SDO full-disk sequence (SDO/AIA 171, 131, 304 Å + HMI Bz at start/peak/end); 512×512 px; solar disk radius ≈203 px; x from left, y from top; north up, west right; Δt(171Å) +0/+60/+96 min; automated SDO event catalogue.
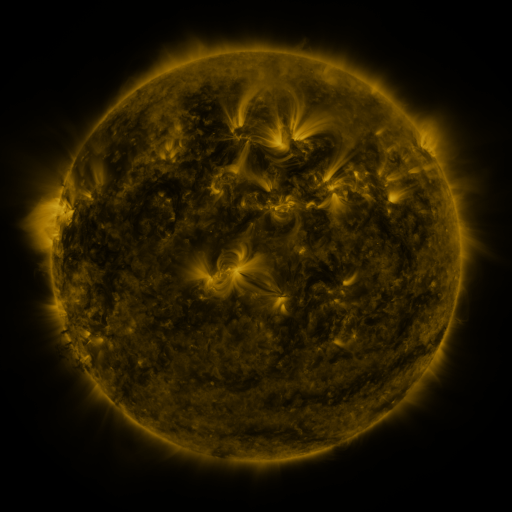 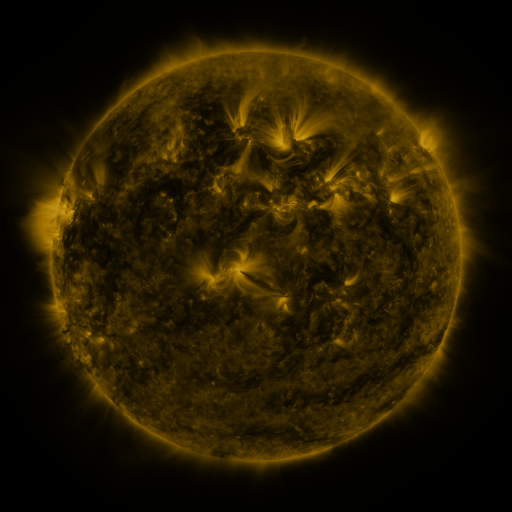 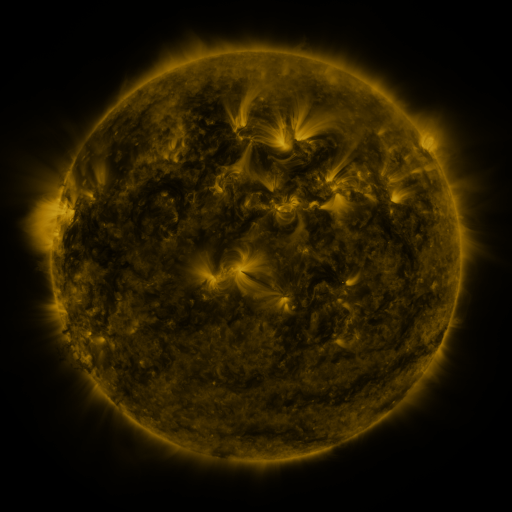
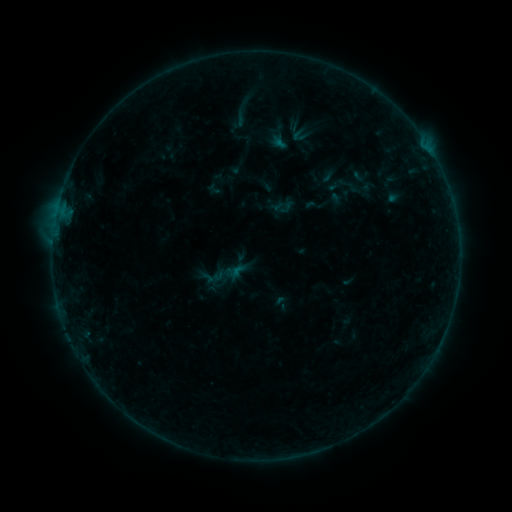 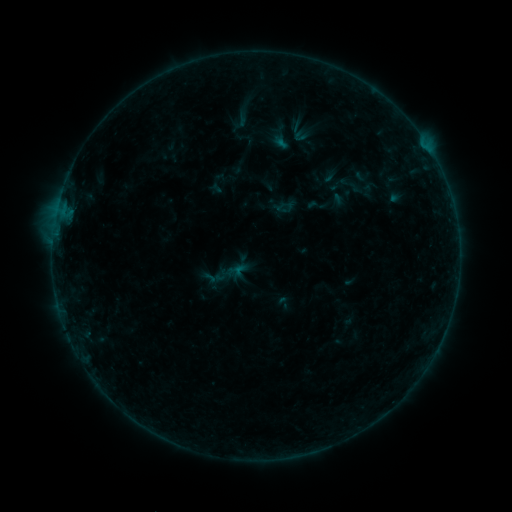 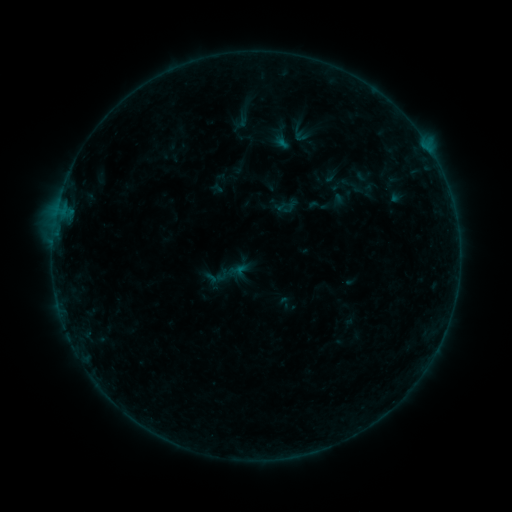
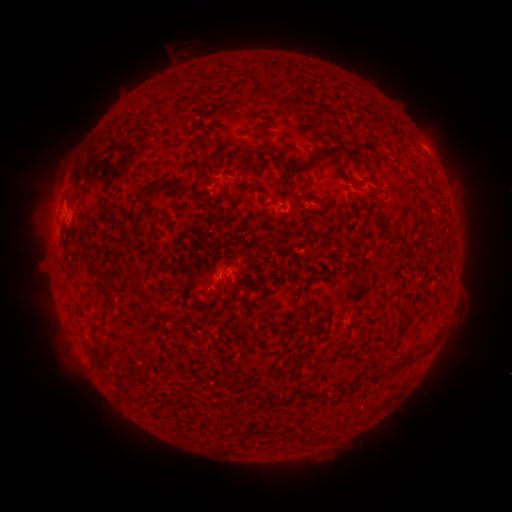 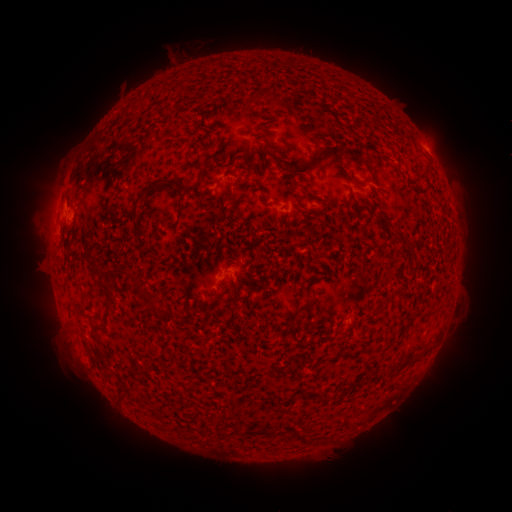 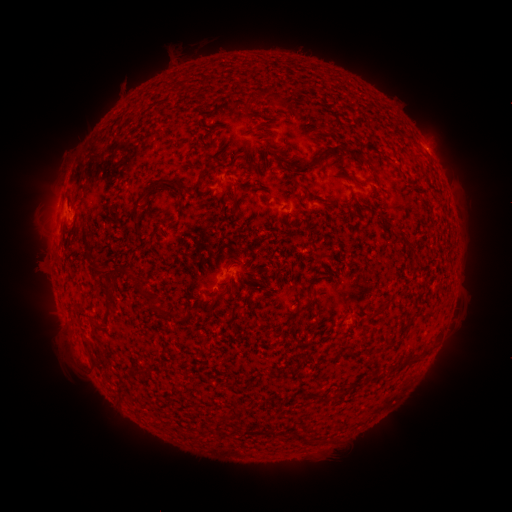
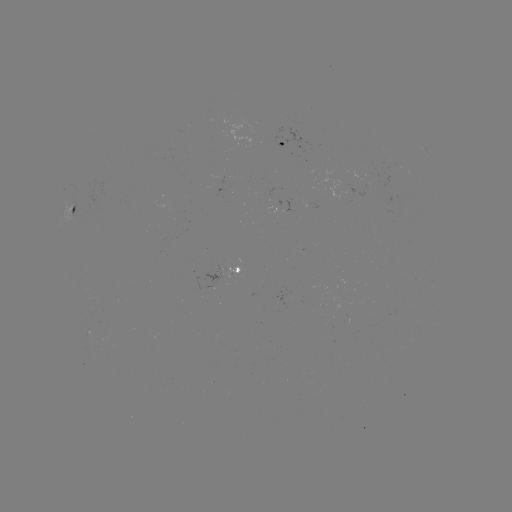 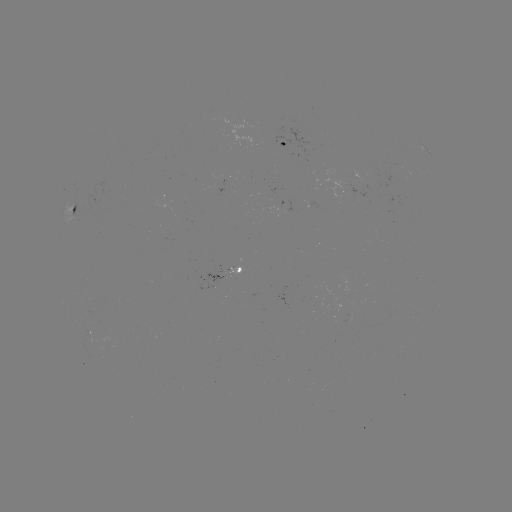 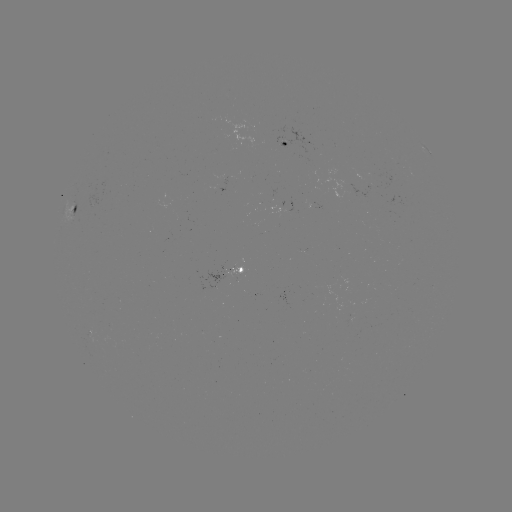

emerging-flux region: (221, 268, 242, 278)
